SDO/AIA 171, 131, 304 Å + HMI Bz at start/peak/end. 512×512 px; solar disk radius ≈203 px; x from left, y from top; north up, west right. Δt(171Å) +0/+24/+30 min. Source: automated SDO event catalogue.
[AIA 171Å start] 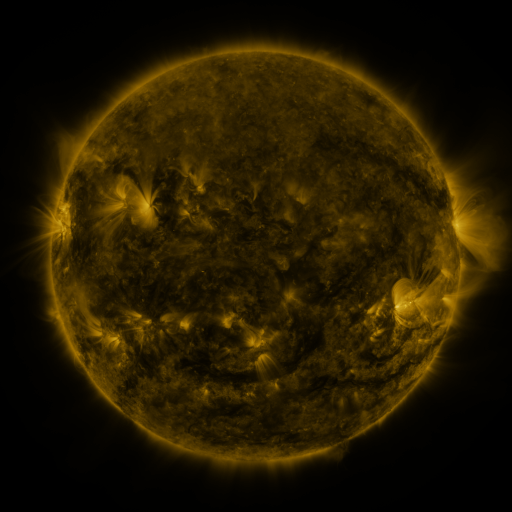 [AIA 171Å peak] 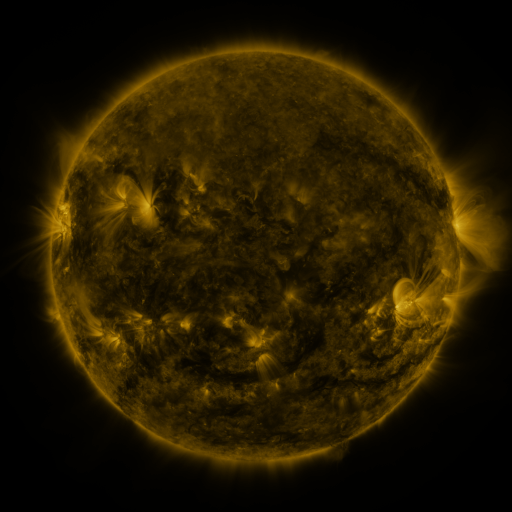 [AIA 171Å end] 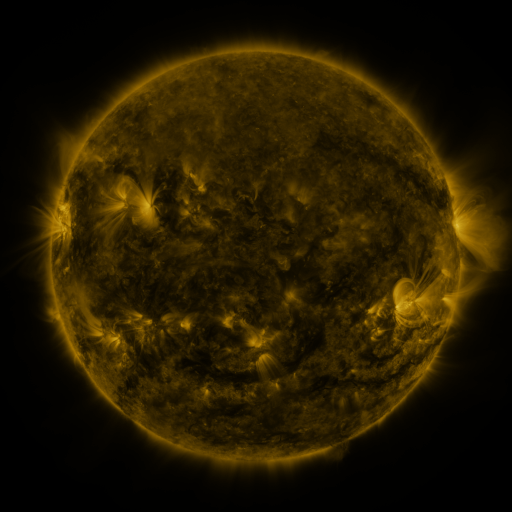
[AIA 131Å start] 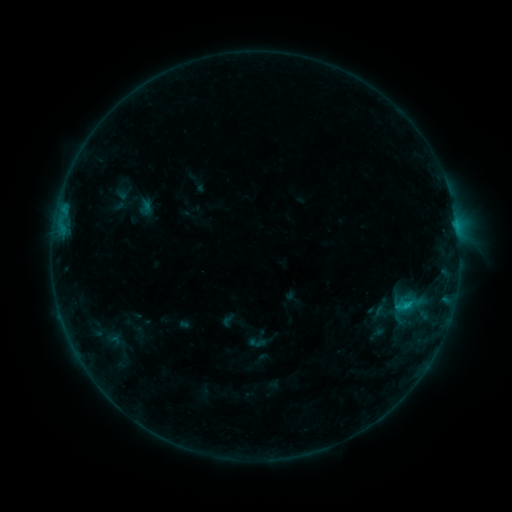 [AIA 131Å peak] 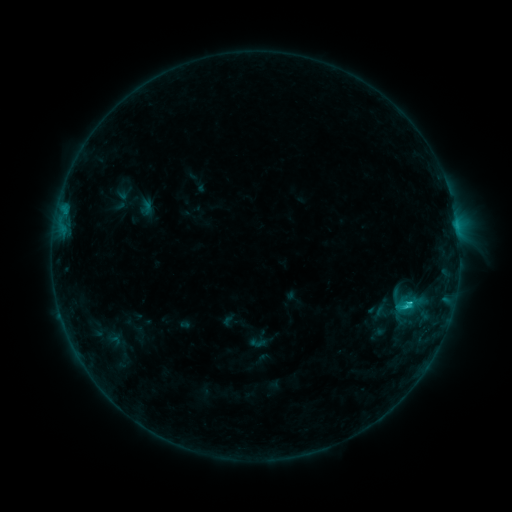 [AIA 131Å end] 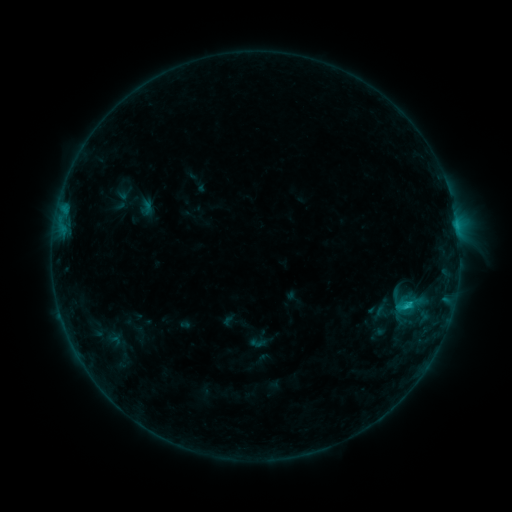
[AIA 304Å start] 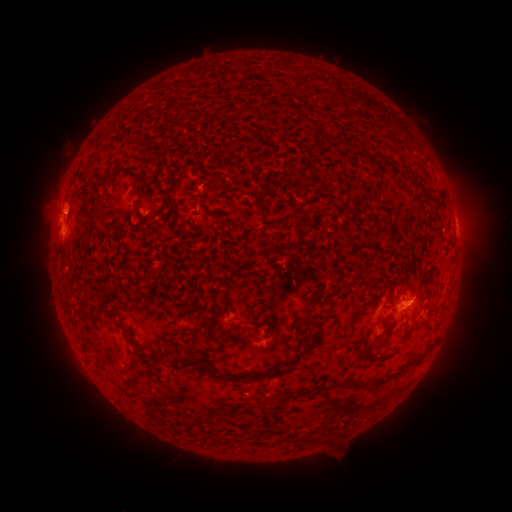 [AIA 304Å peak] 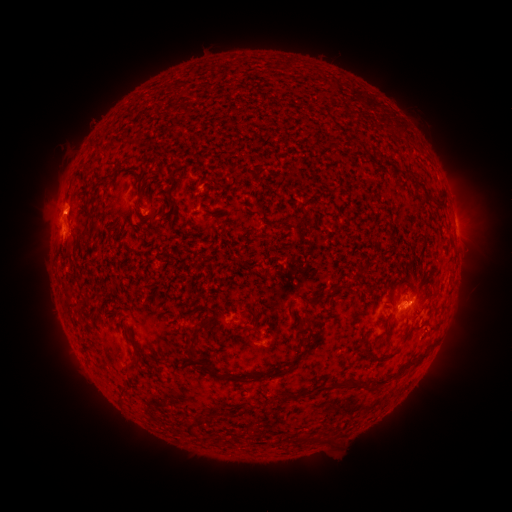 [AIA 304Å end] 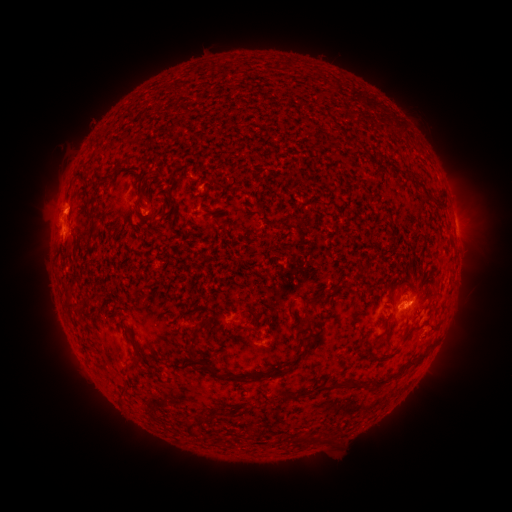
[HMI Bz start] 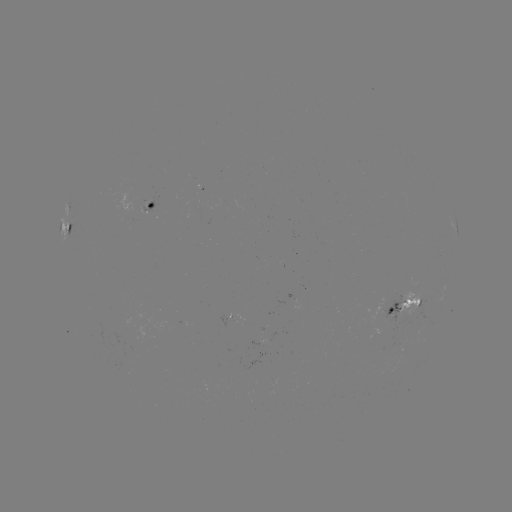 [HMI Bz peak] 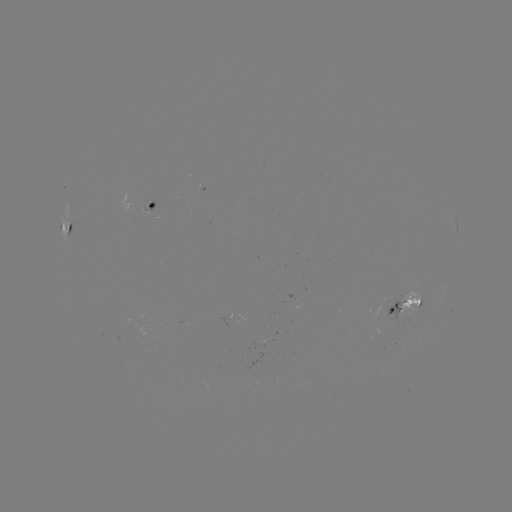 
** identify C1.1 flare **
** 405,304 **